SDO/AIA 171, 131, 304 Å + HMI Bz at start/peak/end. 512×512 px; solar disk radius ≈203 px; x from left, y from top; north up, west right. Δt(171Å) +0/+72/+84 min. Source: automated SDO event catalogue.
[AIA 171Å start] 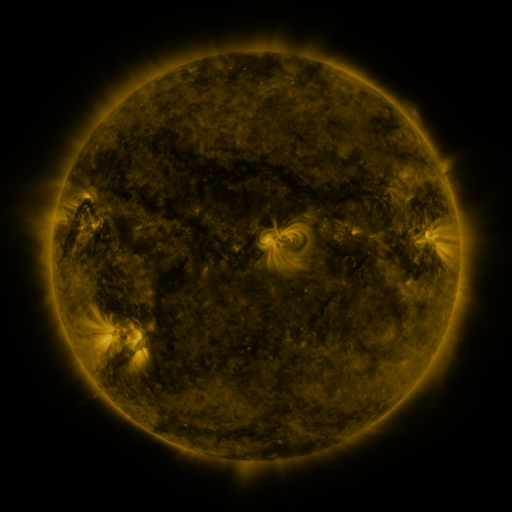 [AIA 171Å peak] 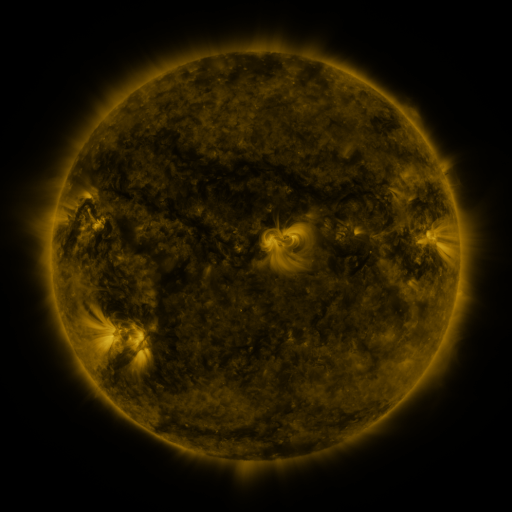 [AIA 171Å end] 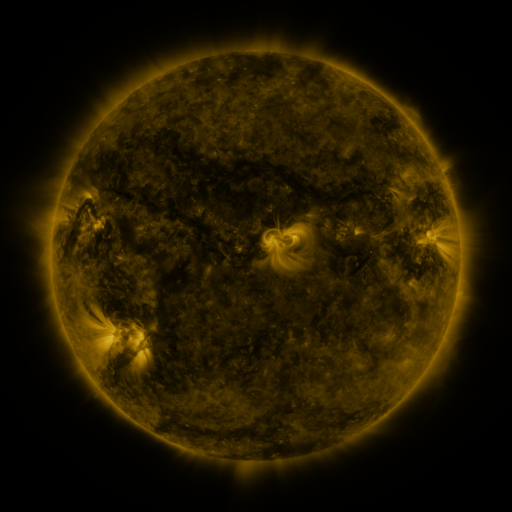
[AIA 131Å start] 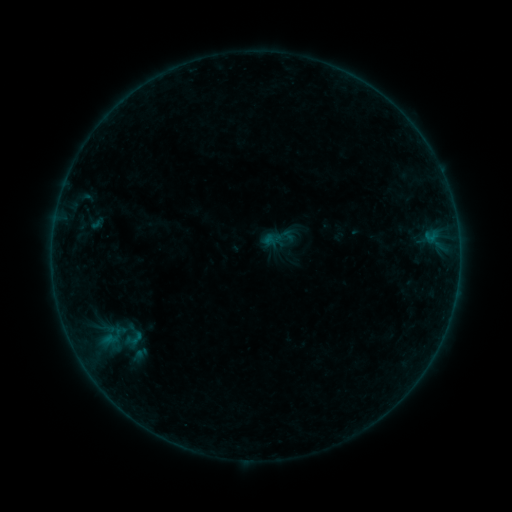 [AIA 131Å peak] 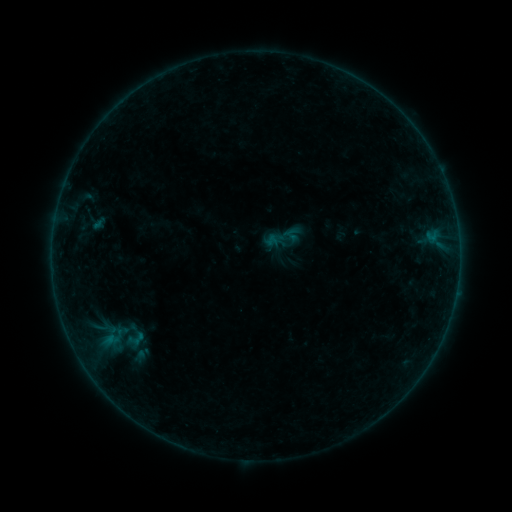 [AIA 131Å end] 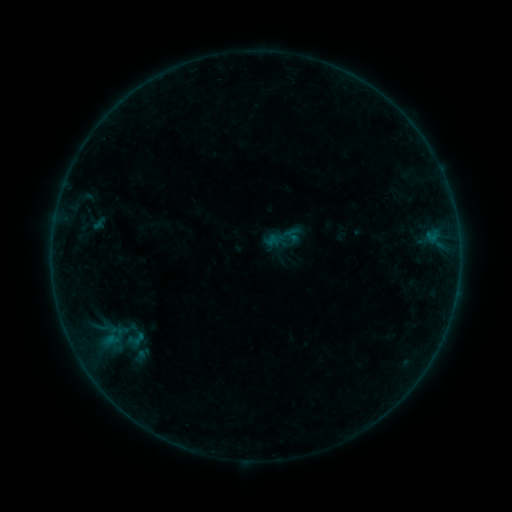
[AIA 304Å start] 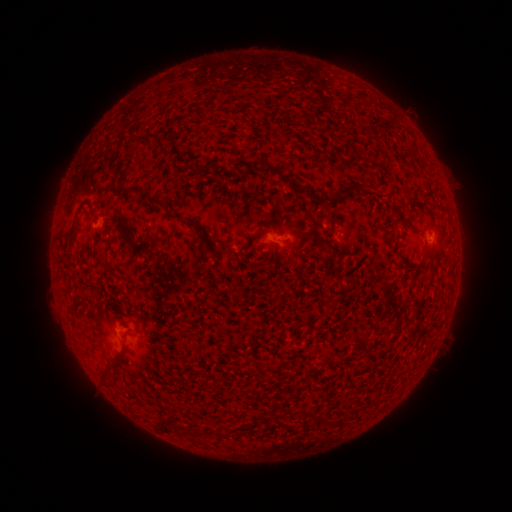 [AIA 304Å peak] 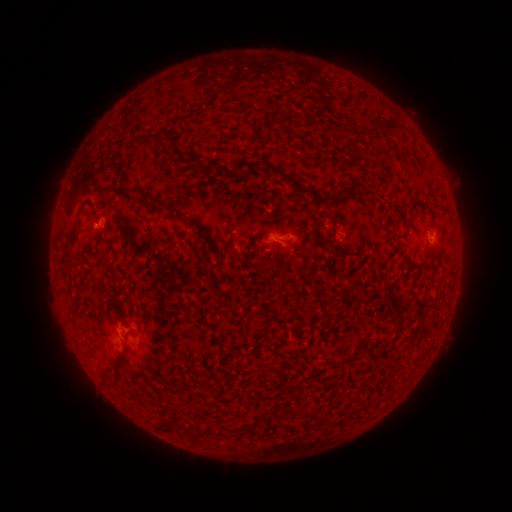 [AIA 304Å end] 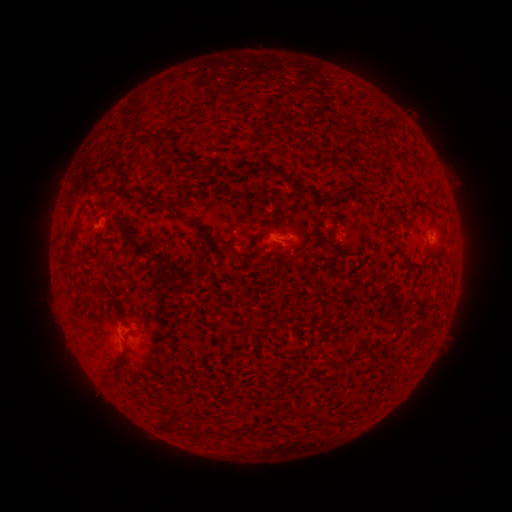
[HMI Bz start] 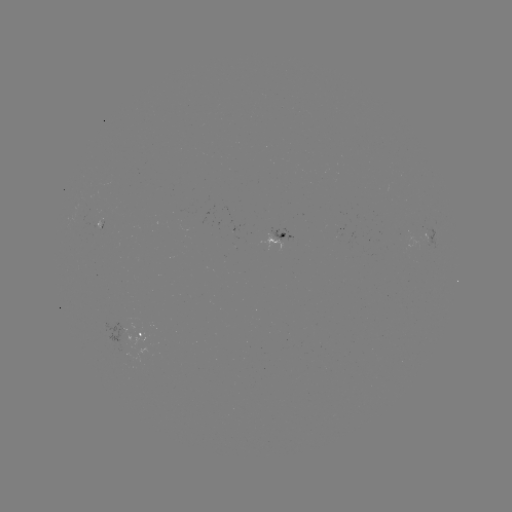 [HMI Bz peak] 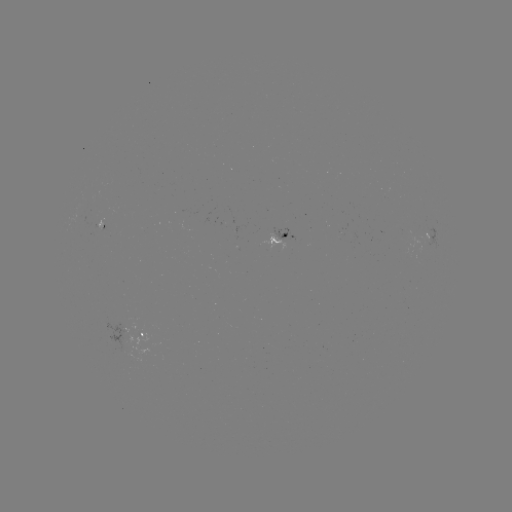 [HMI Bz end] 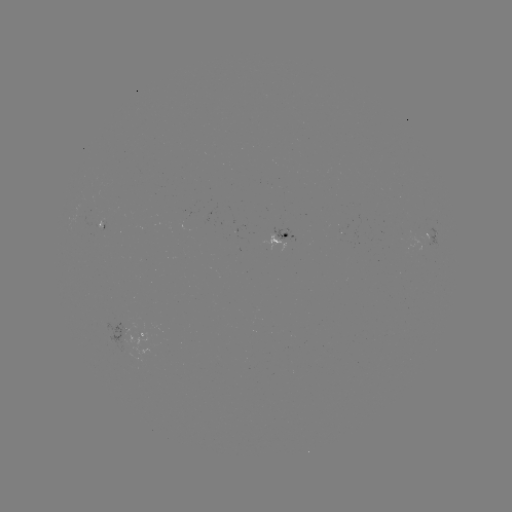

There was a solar emerging-flux region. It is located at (124, 329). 